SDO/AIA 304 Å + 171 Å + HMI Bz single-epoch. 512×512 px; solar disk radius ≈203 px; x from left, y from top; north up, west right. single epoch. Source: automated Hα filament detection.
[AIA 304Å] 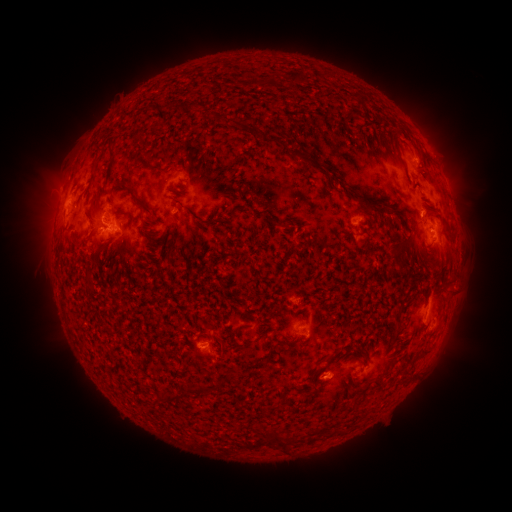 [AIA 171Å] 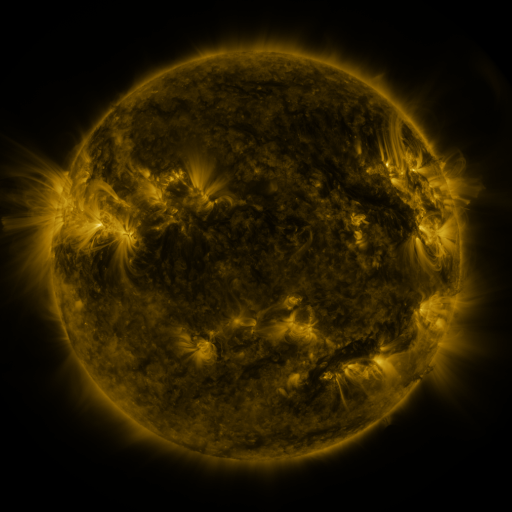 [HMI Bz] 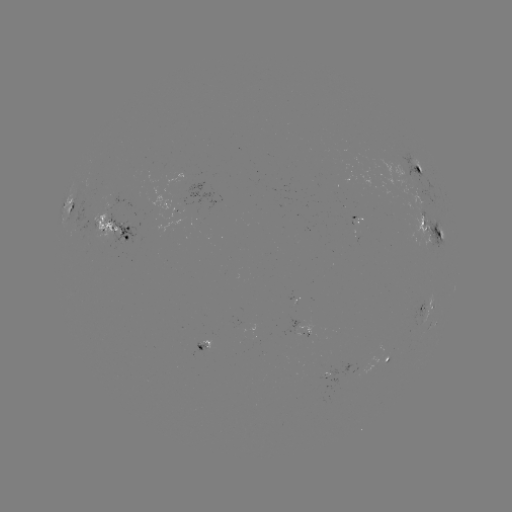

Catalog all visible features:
filament: [289, 70, 307, 85]
filament: [254, 76, 271, 87]
filament: [96, 144, 105, 153]
filament: [108, 145, 116, 157]
filament: [289, 148, 321, 172]
filament: [89, 172, 96, 184]
filament: [329, 173, 335, 184]
filament: [109, 180, 153, 214]
filament: [171, 187, 184, 195]
filament: [89, 199, 97, 210]
filament: [363, 201, 392, 216]
filament: [160, 231, 167, 241]
filament: [166, 243, 175, 257]
filament: [91, 251, 99, 260]
filament: [389, 251, 401, 261]
filament: [84, 265, 96, 293]
filament: [240, 331, 269, 345]
filament: [420, 347, 429, 355]
filament: [230, 370, 241, 379]
filament: [183, 382, 206, 394]
filament: [156, 392, 179, 403]
filament: [269, 427, 280, 439]
